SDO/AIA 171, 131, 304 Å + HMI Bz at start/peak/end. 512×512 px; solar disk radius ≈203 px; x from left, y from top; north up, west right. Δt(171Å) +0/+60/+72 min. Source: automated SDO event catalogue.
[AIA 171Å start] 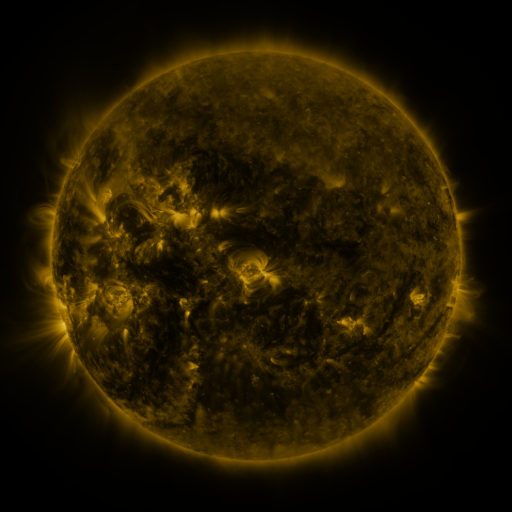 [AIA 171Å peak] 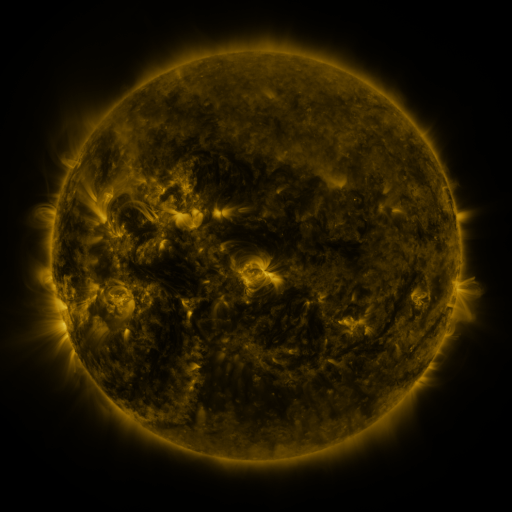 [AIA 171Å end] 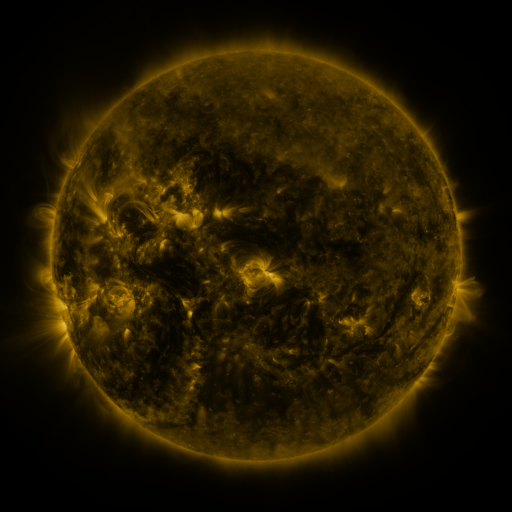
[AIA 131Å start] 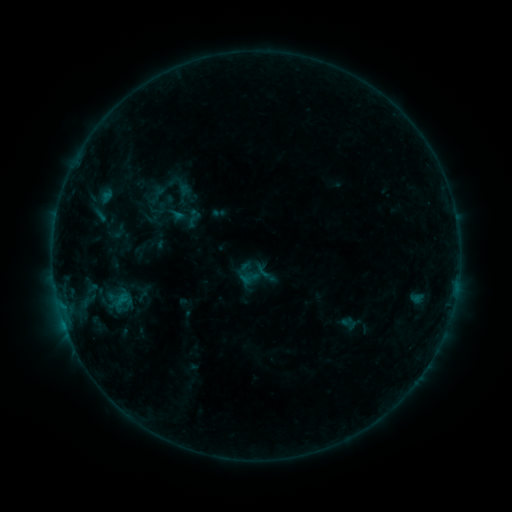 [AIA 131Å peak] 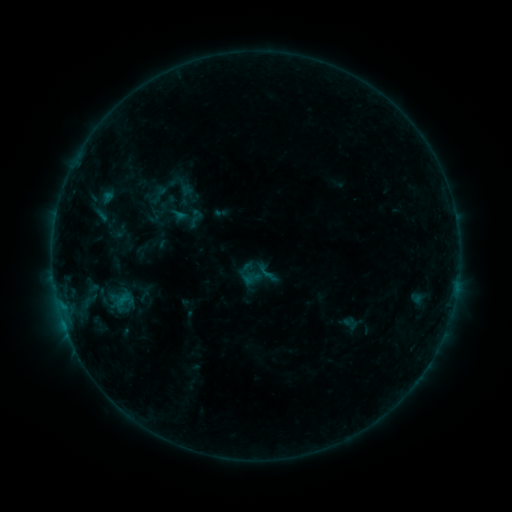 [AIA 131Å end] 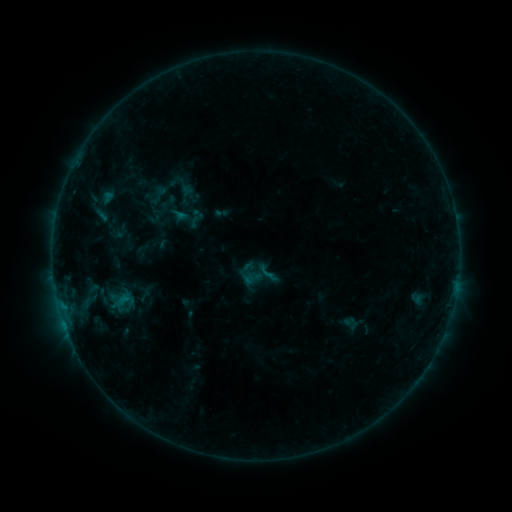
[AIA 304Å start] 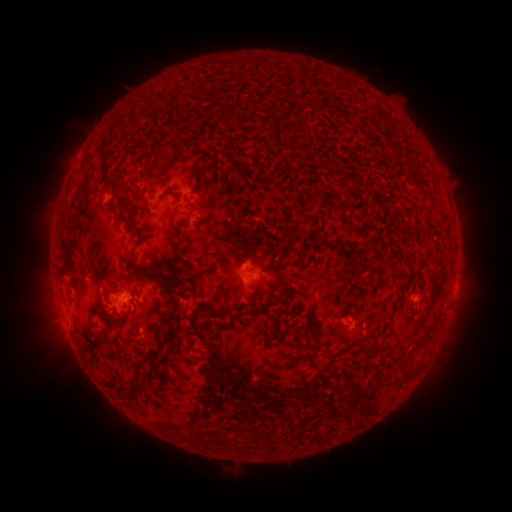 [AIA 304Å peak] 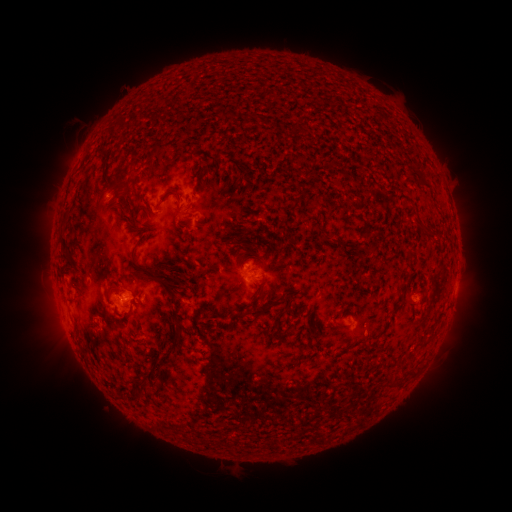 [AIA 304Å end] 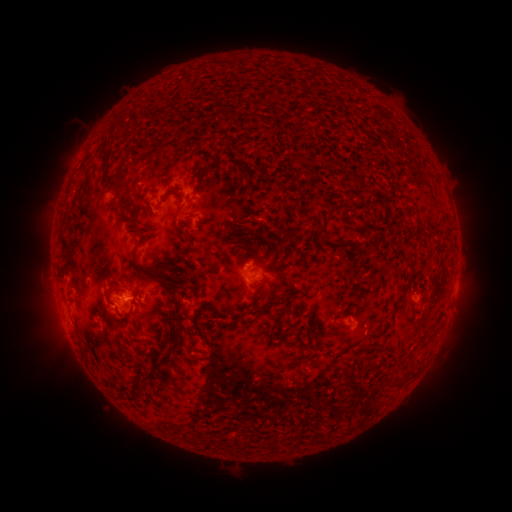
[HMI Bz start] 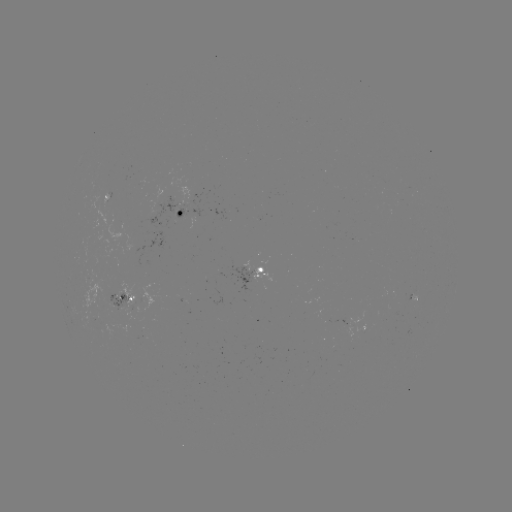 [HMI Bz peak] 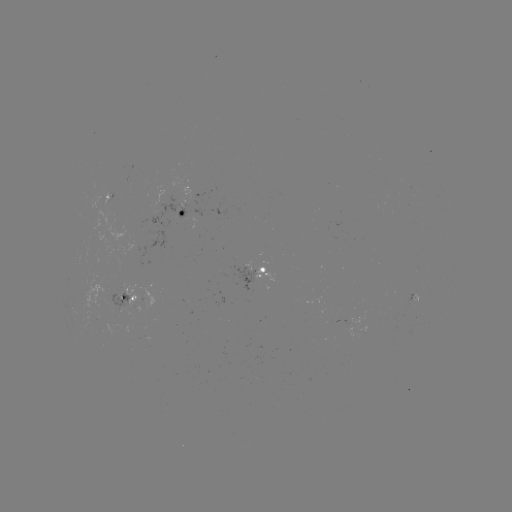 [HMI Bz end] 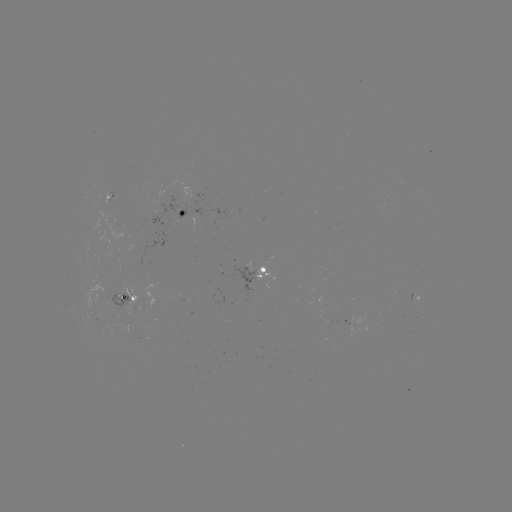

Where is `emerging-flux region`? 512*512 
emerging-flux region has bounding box [106, 294, 131, 310].